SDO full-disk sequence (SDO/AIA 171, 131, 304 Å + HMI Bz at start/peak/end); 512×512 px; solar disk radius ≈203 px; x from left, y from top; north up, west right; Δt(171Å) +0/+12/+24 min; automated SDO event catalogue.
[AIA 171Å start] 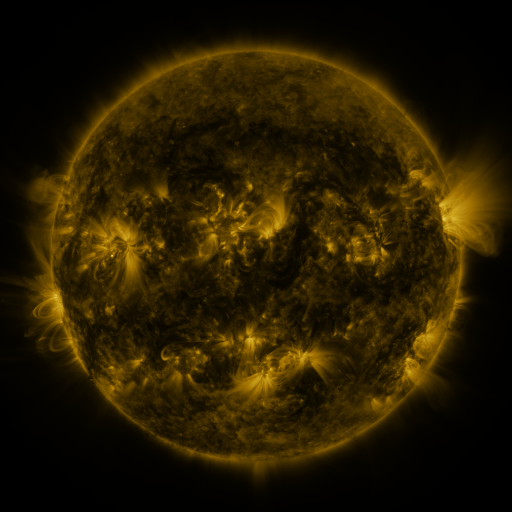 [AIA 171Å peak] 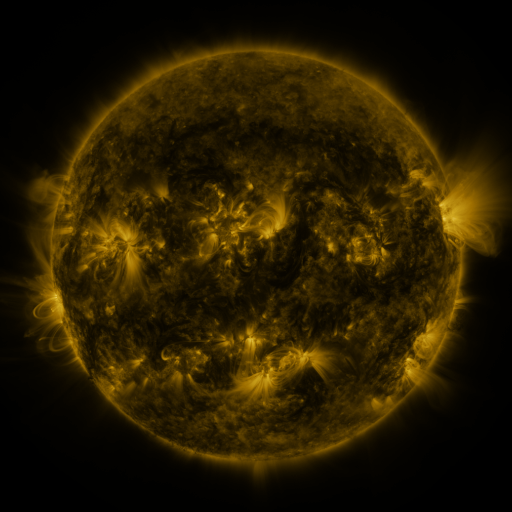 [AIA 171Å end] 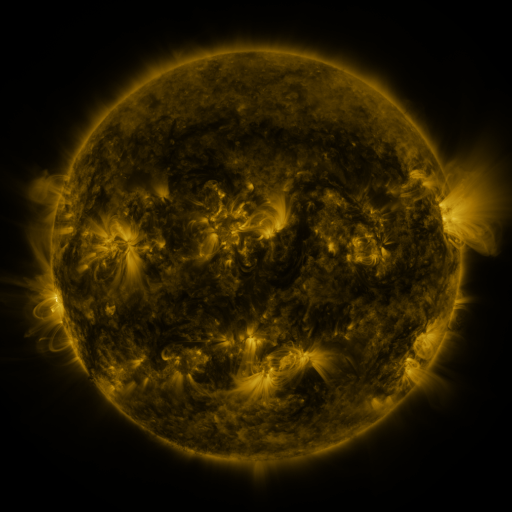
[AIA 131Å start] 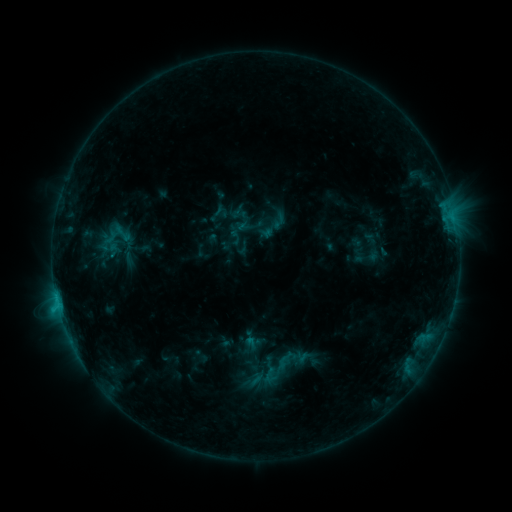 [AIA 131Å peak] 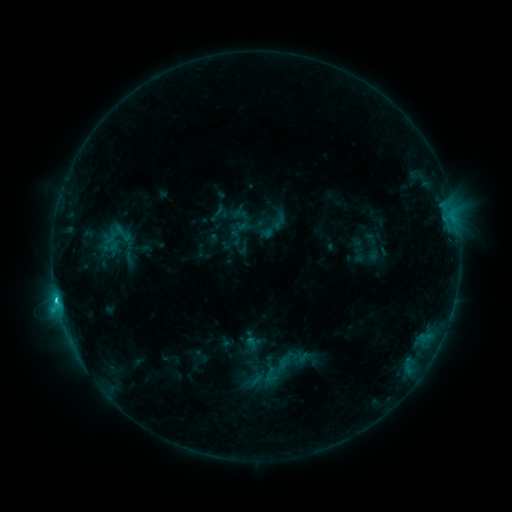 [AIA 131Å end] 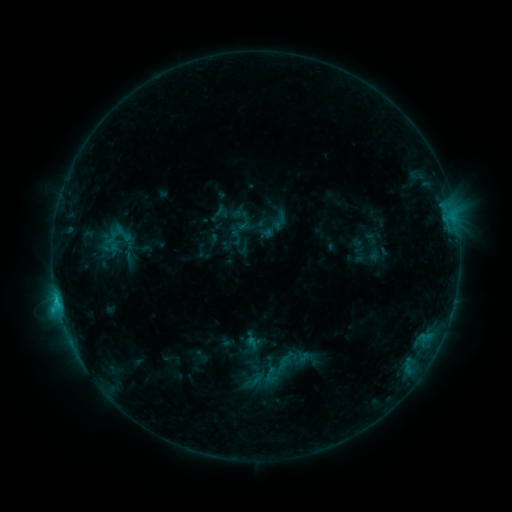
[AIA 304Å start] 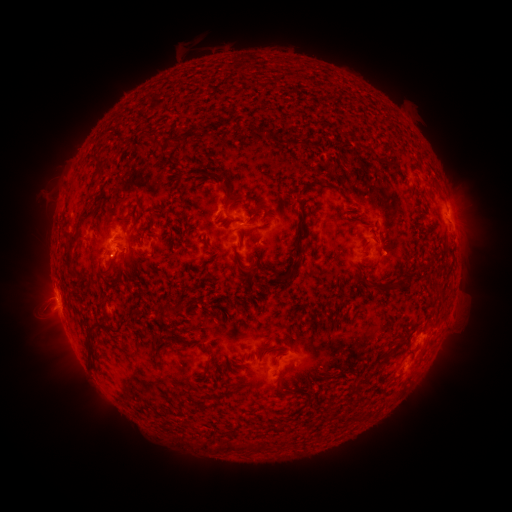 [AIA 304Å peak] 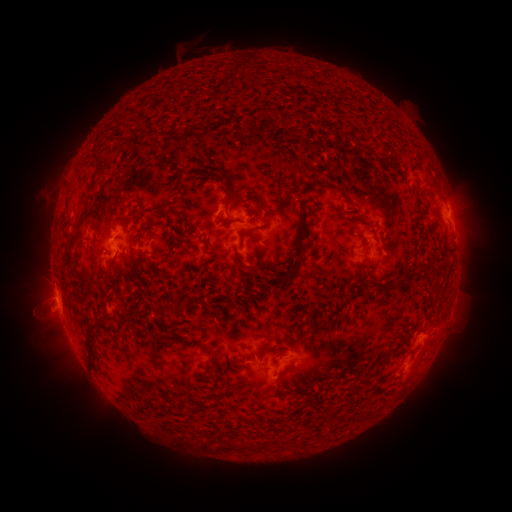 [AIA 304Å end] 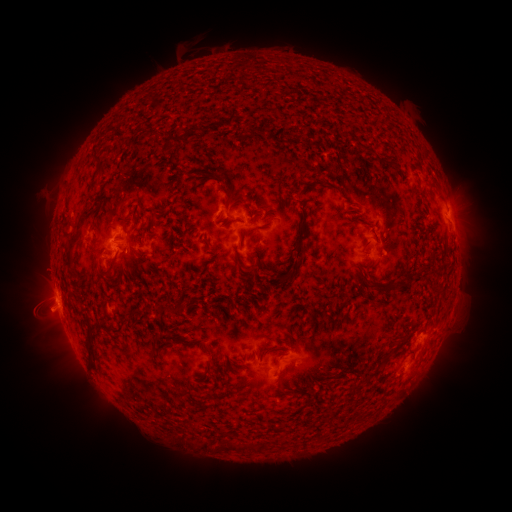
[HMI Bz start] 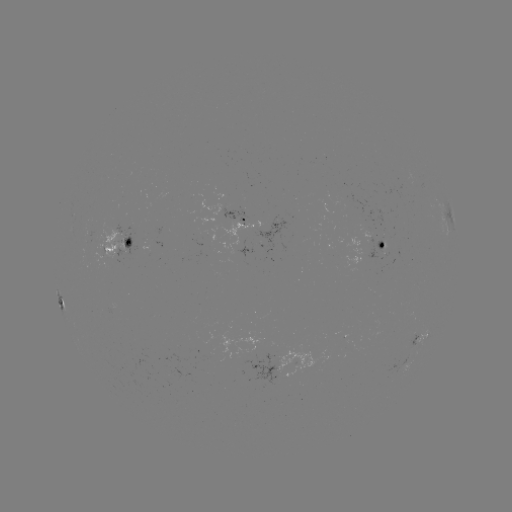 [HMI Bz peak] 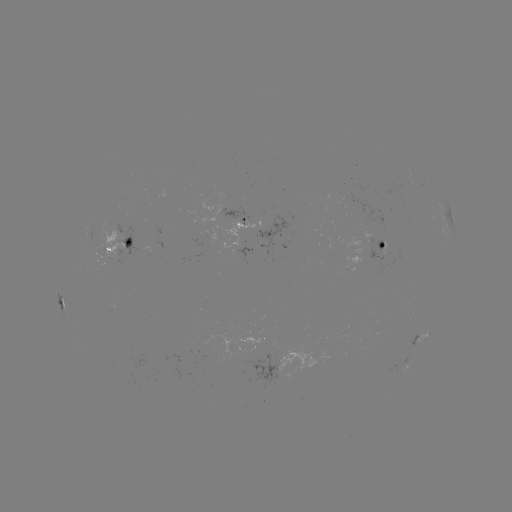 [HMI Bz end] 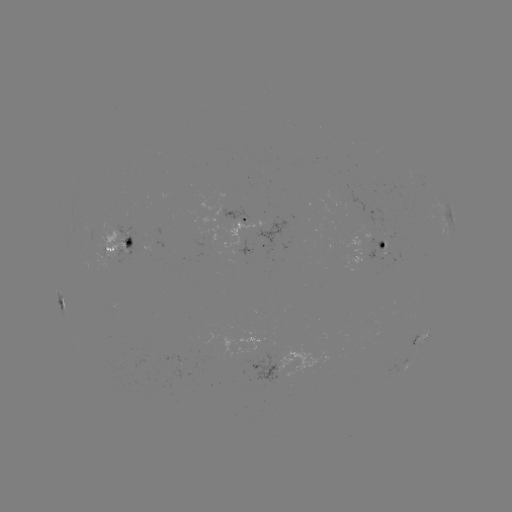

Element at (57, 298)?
C1.4 flare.